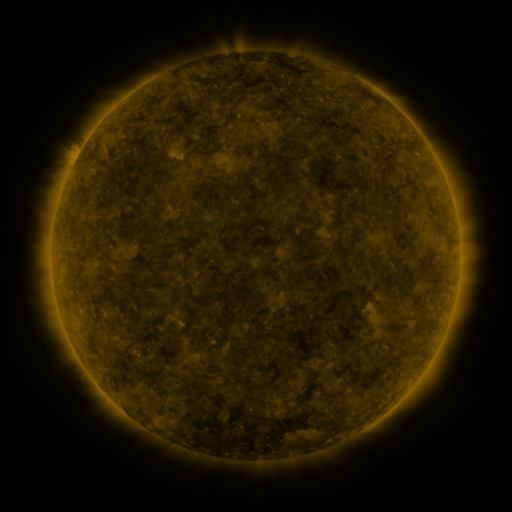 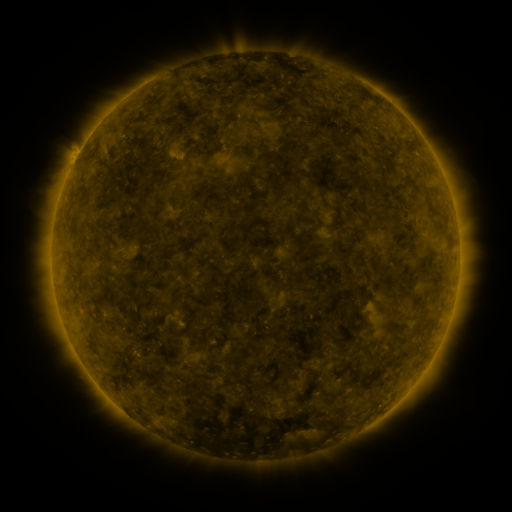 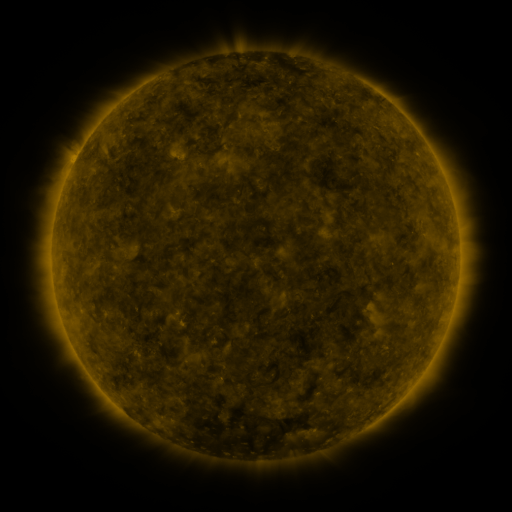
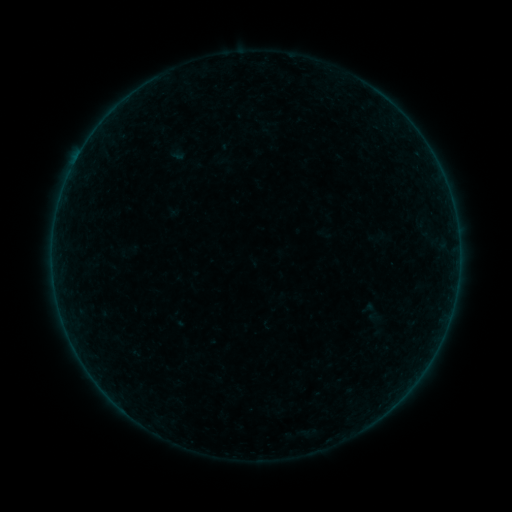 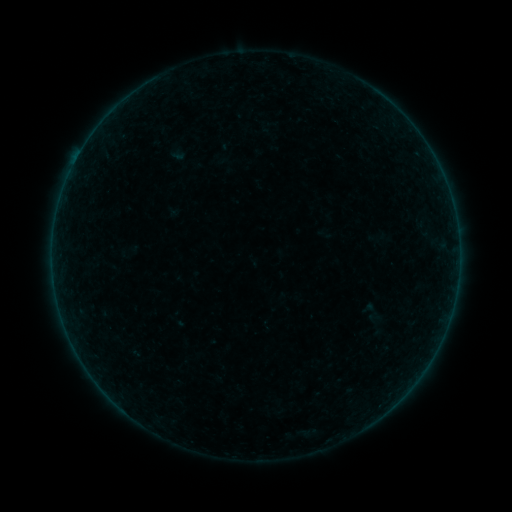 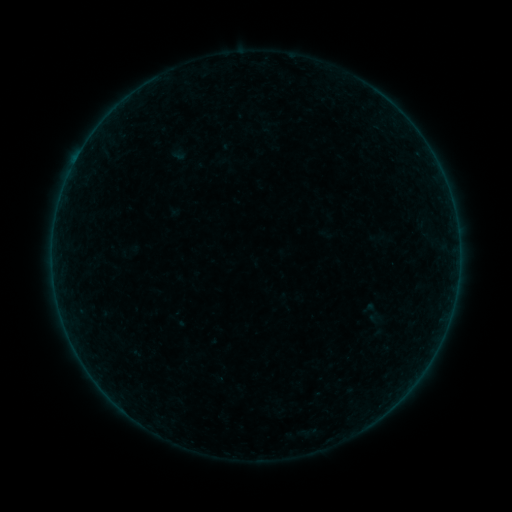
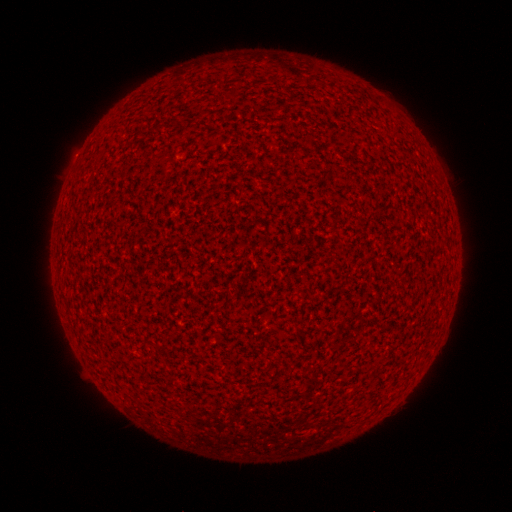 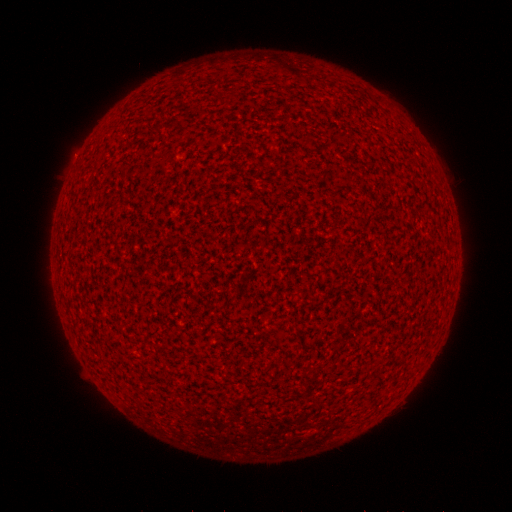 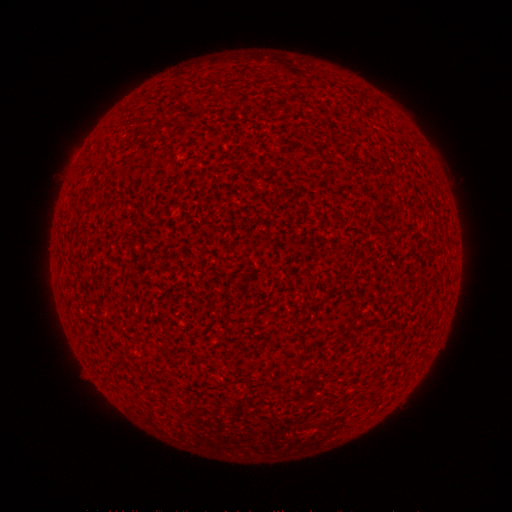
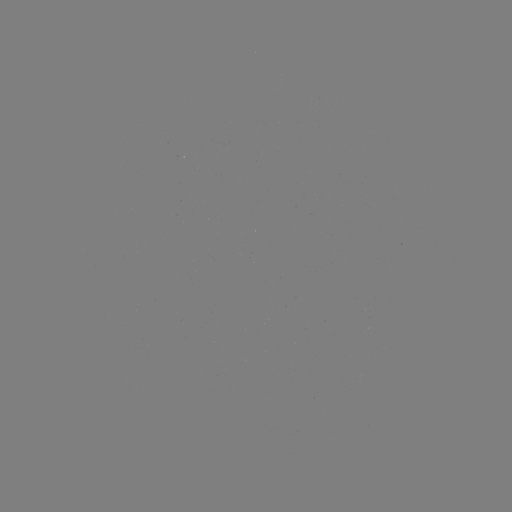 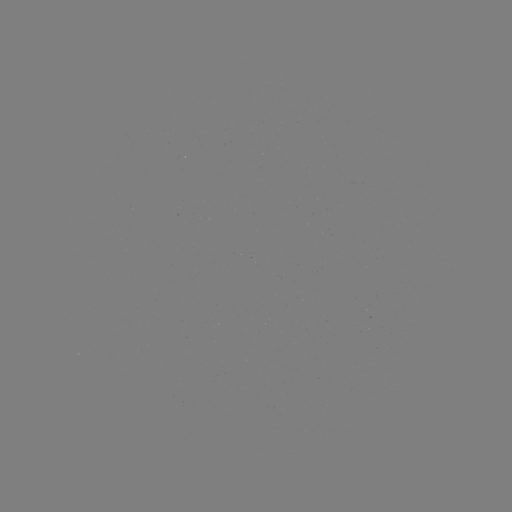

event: flare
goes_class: A2.5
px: (80, 153)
